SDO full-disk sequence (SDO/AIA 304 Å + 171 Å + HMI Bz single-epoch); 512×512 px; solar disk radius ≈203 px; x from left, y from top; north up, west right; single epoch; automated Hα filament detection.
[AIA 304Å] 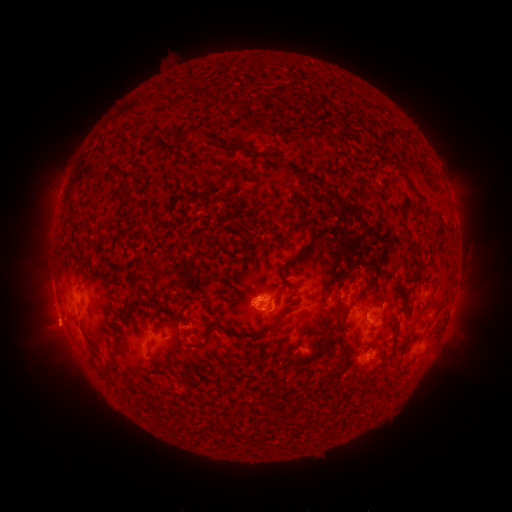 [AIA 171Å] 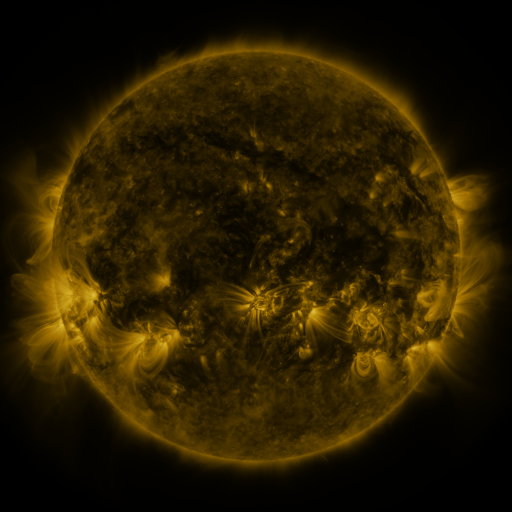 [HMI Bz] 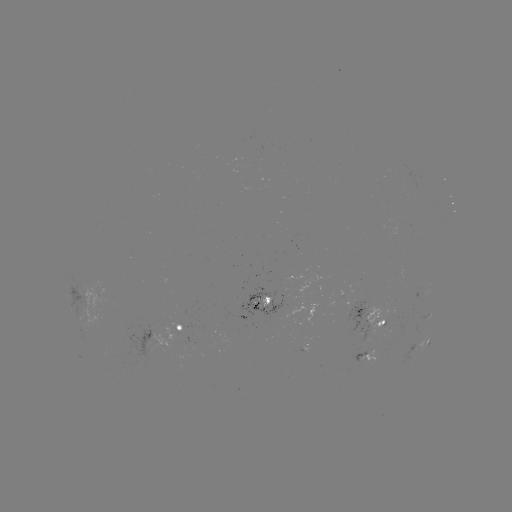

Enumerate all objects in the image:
filament: (407, 135)
filament: (209, 136)
filament: (179, 138)
filament: (294, 259)
filament: (187, 269)
filament: (273, 325)
filament: (157, 326)
filament: (206, 337)
filament: (330, 339)
filament: (92, 355)
filament: (107, 368)
